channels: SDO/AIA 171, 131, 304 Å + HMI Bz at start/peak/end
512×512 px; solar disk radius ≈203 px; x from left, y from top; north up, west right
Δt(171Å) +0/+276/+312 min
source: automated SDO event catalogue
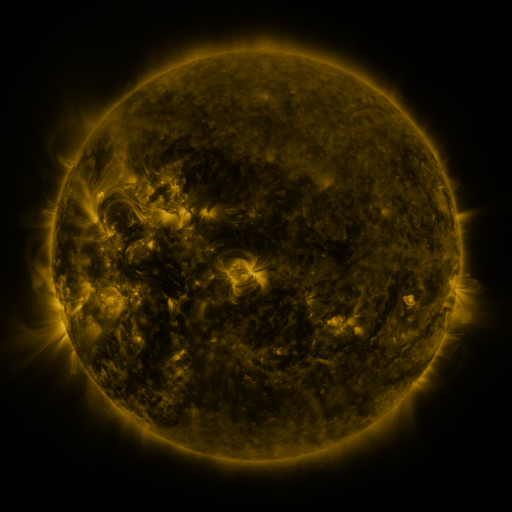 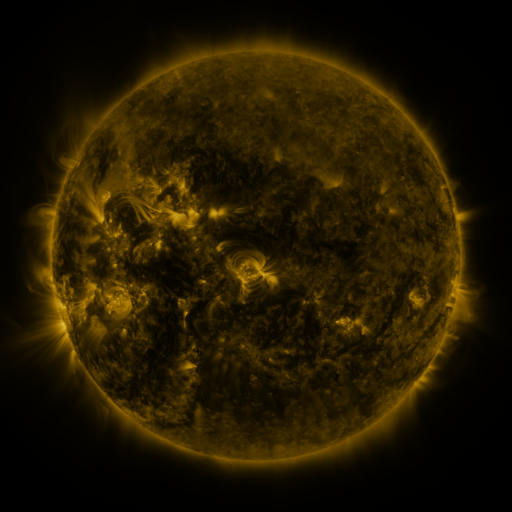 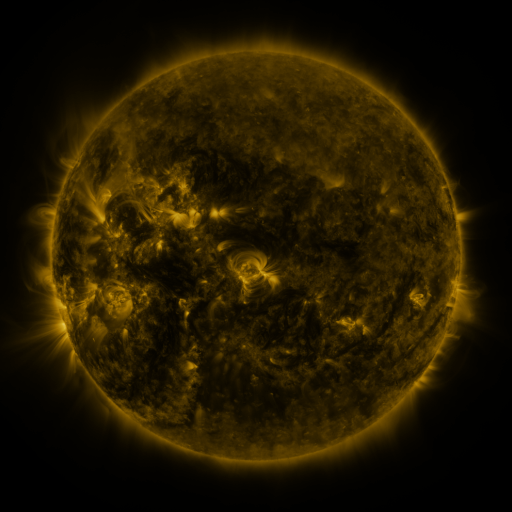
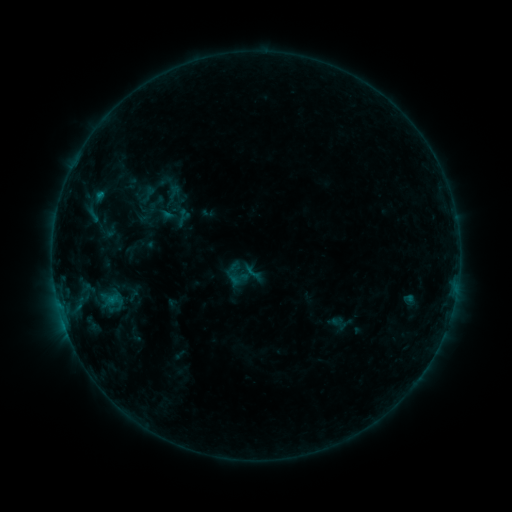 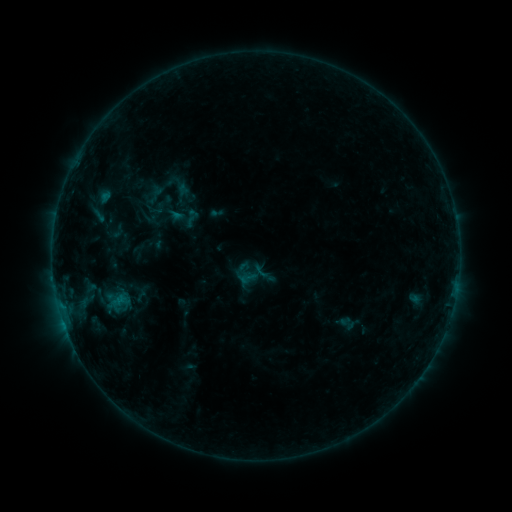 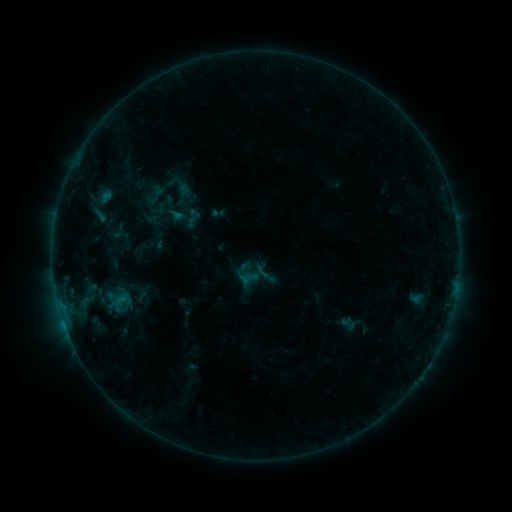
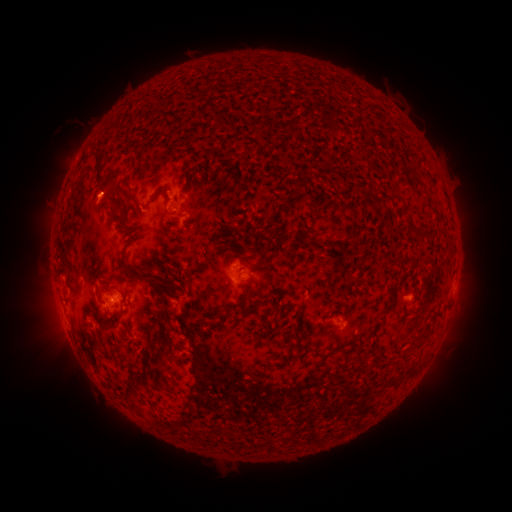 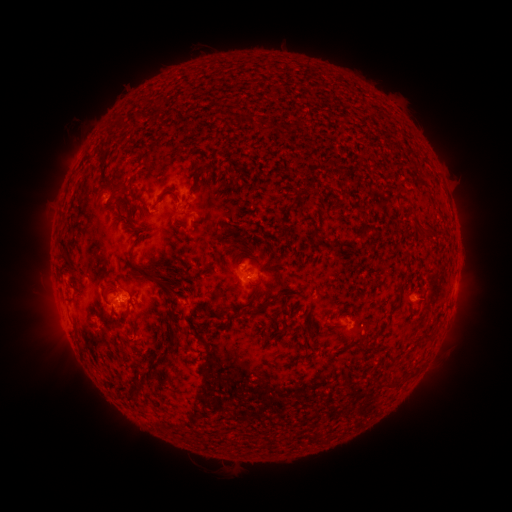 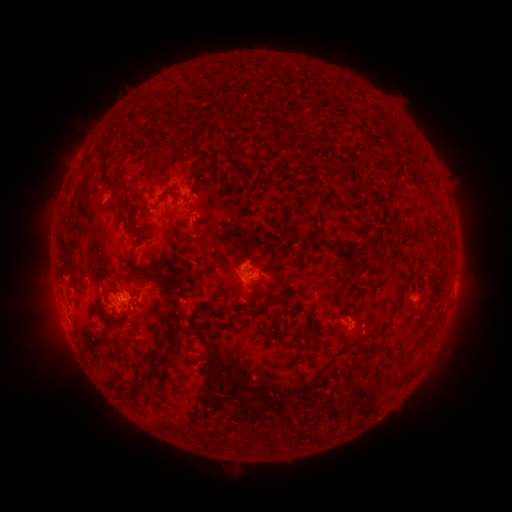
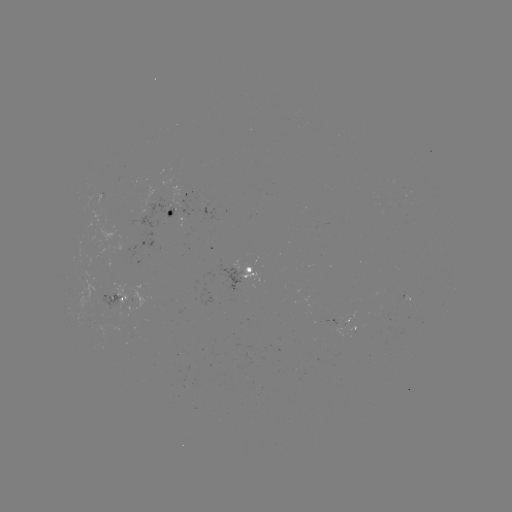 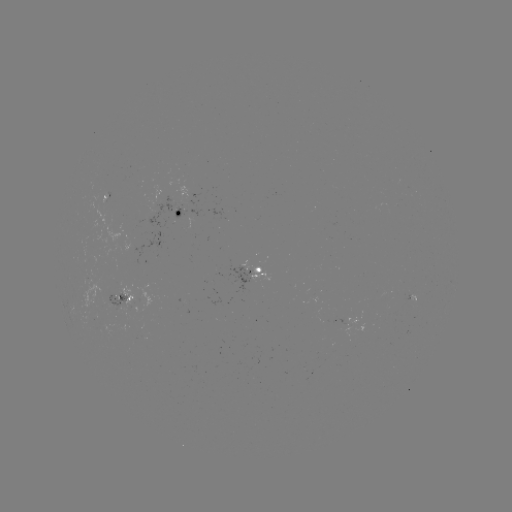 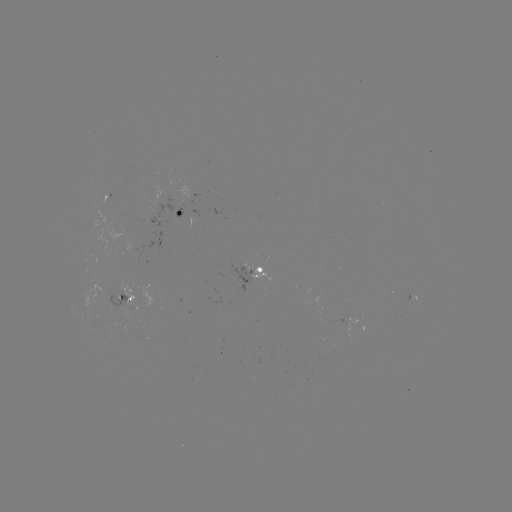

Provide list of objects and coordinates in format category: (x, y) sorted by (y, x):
emerging-flux region: (118, 295)
